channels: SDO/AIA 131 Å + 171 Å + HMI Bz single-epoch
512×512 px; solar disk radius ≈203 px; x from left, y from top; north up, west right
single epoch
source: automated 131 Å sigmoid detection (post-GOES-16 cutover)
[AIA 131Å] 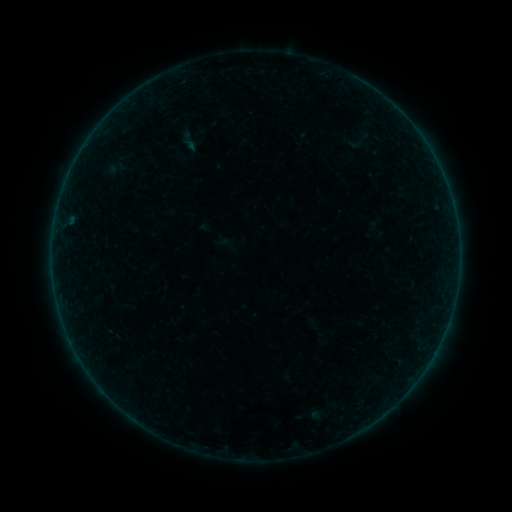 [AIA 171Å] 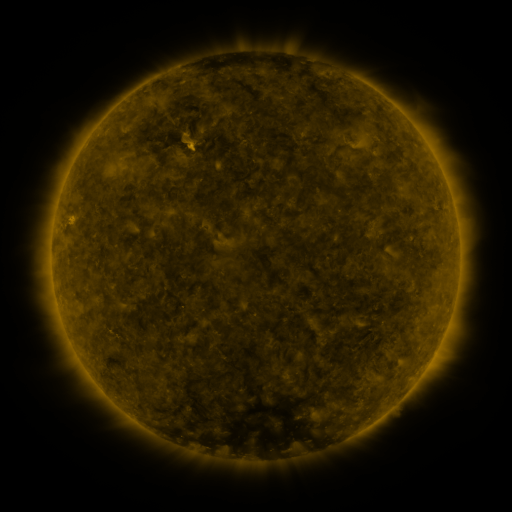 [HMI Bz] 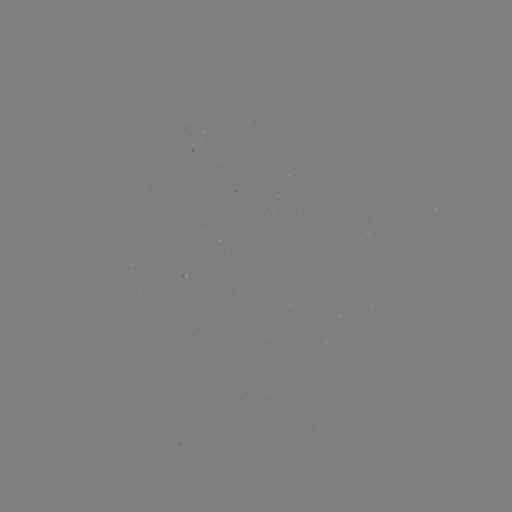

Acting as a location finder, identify sigmoid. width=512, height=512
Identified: (189, 142).